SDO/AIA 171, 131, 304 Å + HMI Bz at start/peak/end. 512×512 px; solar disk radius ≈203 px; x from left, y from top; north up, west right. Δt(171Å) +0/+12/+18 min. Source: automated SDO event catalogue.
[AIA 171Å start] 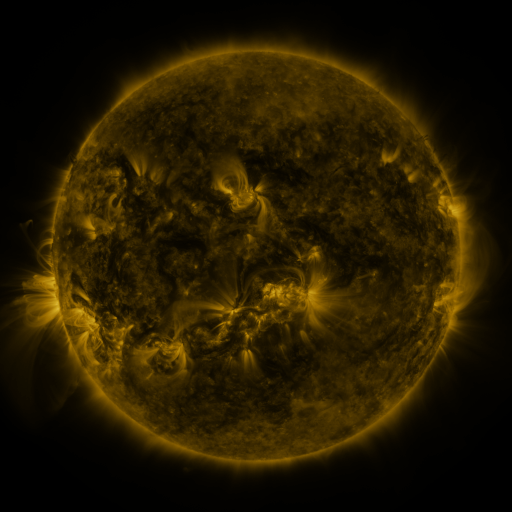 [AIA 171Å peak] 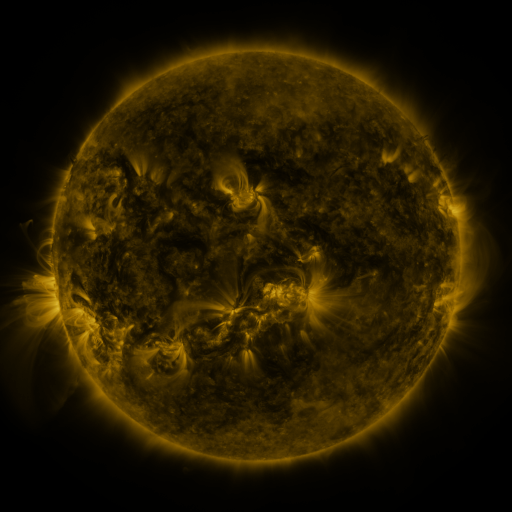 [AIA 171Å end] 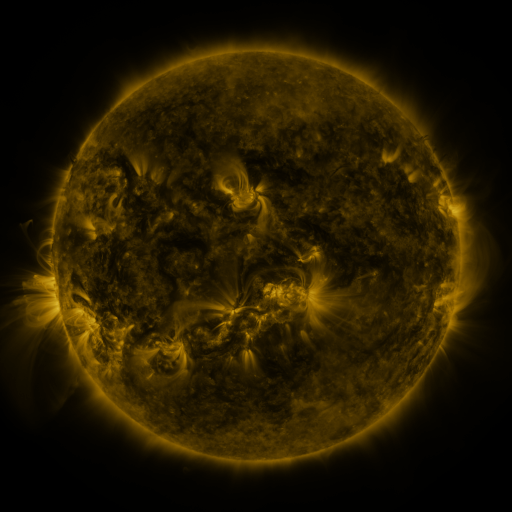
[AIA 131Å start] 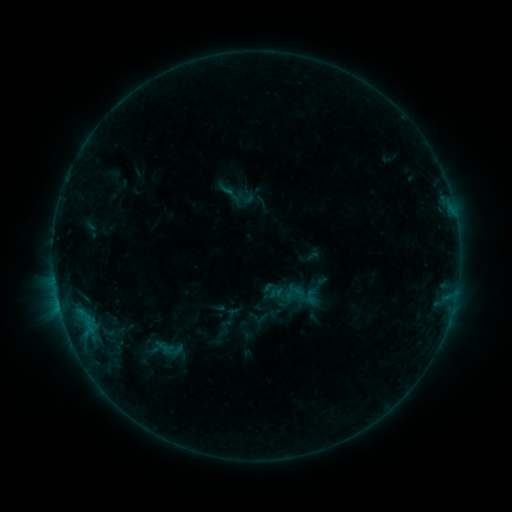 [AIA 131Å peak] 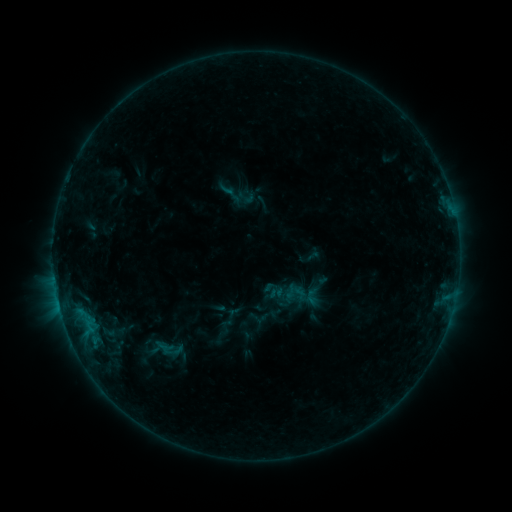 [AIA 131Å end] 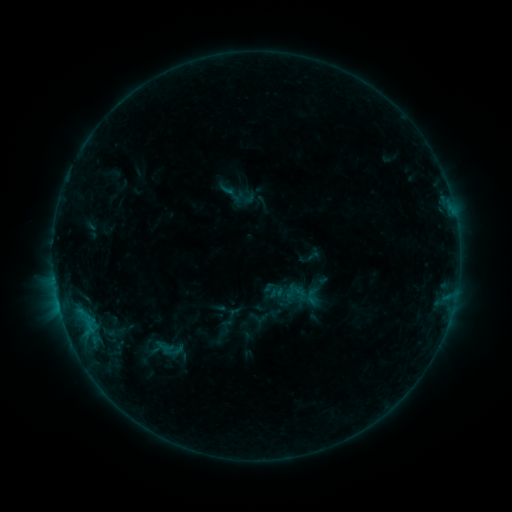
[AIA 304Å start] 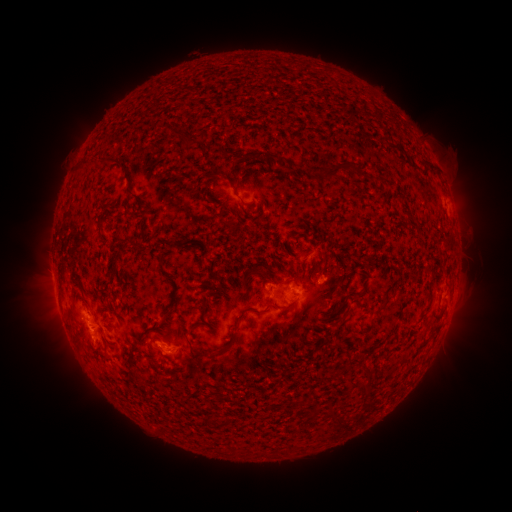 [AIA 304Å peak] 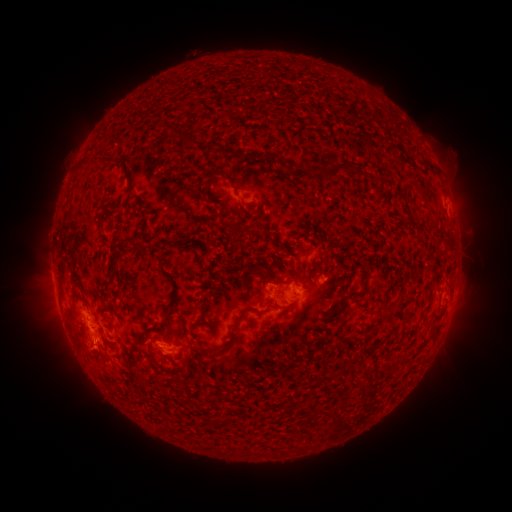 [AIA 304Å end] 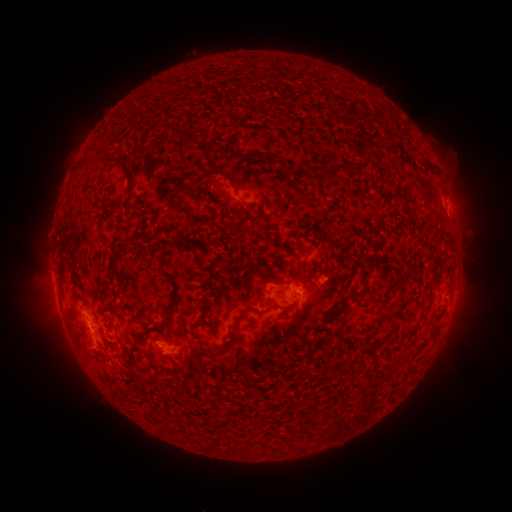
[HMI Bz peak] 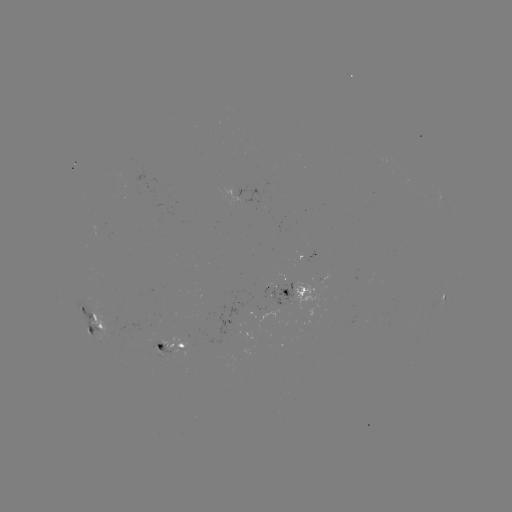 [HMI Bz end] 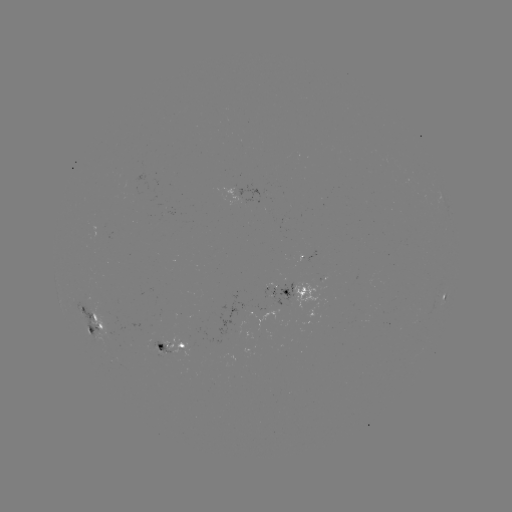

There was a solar eruption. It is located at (86, 356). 